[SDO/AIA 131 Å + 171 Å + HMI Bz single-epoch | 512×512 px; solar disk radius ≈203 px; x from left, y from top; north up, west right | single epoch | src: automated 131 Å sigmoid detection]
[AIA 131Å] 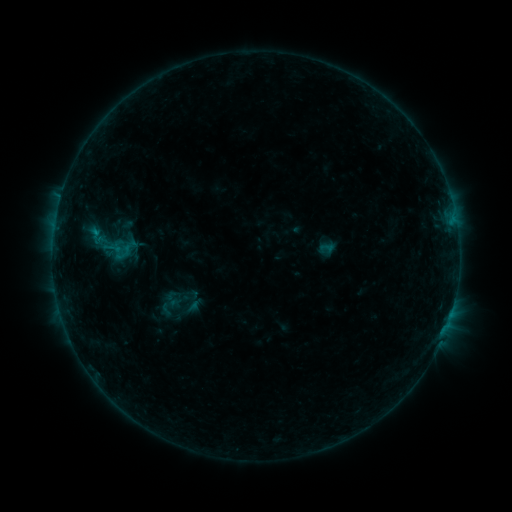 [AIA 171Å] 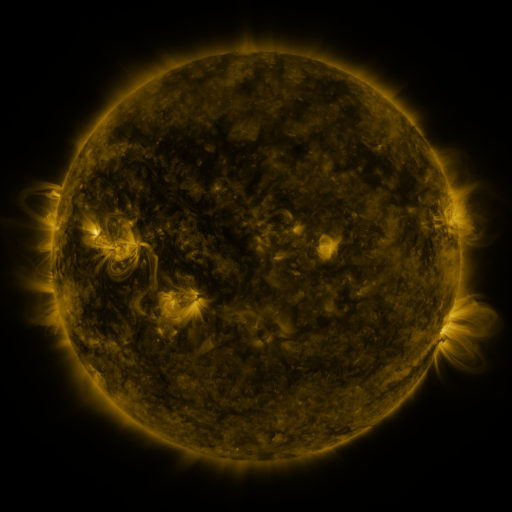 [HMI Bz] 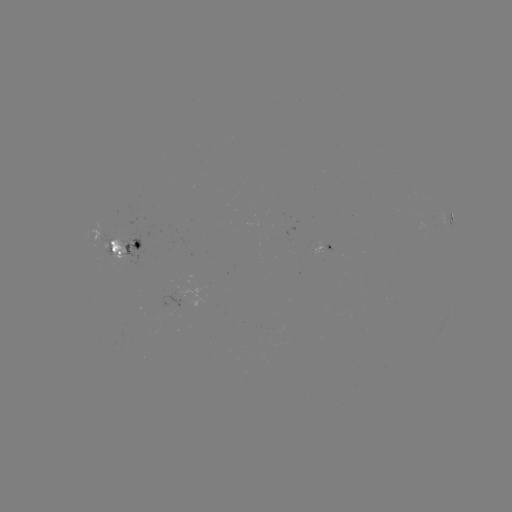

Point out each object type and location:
sigmoid: (79, 207, 139, 281)
